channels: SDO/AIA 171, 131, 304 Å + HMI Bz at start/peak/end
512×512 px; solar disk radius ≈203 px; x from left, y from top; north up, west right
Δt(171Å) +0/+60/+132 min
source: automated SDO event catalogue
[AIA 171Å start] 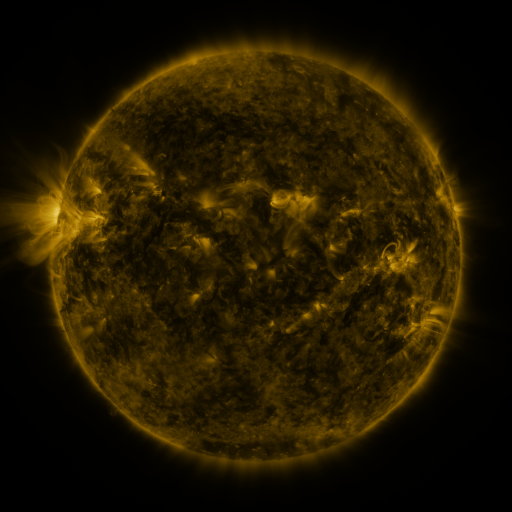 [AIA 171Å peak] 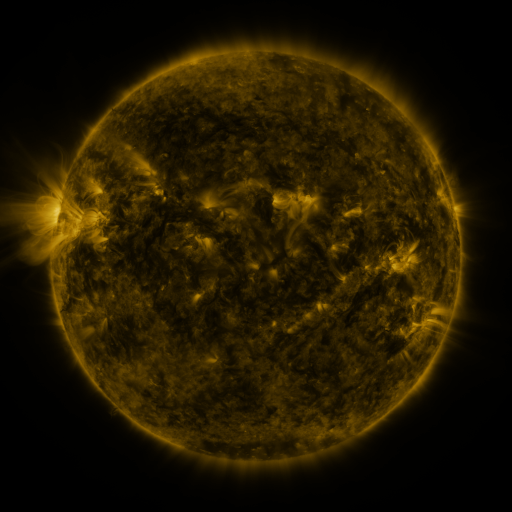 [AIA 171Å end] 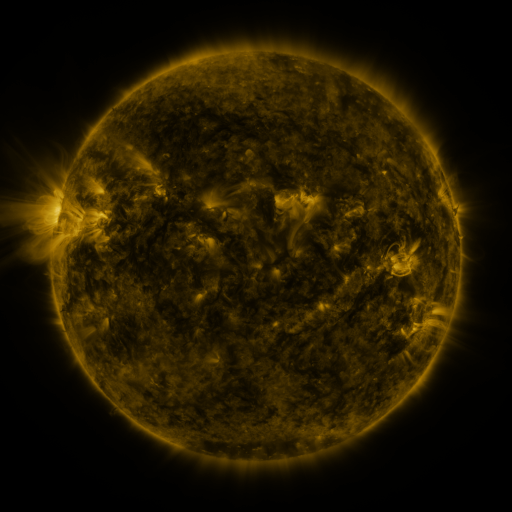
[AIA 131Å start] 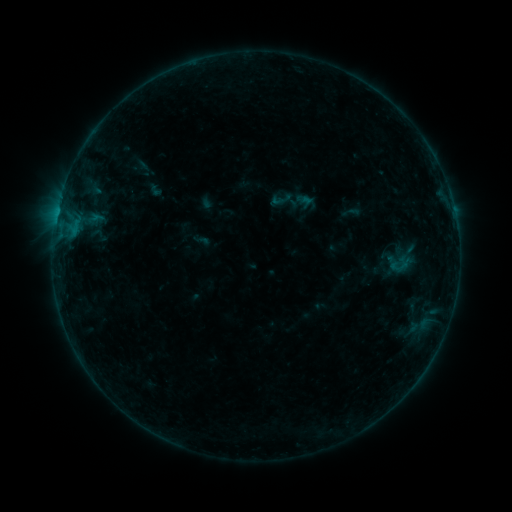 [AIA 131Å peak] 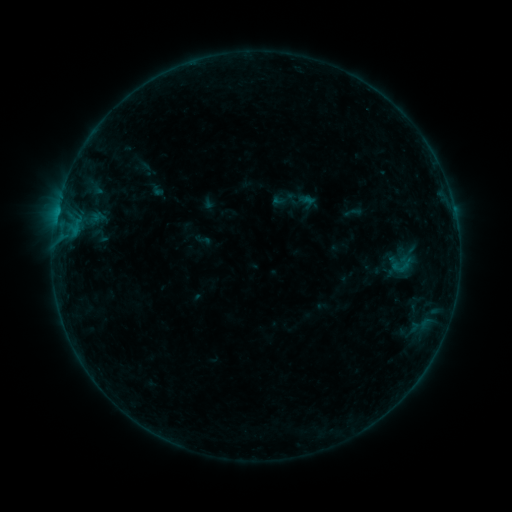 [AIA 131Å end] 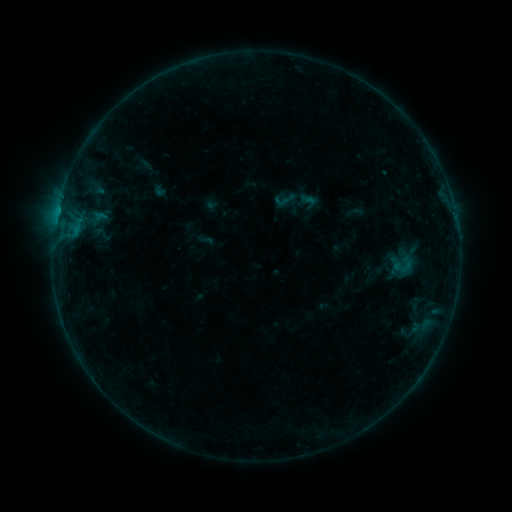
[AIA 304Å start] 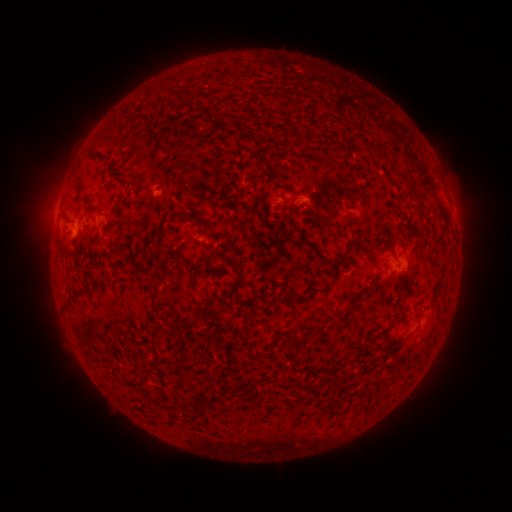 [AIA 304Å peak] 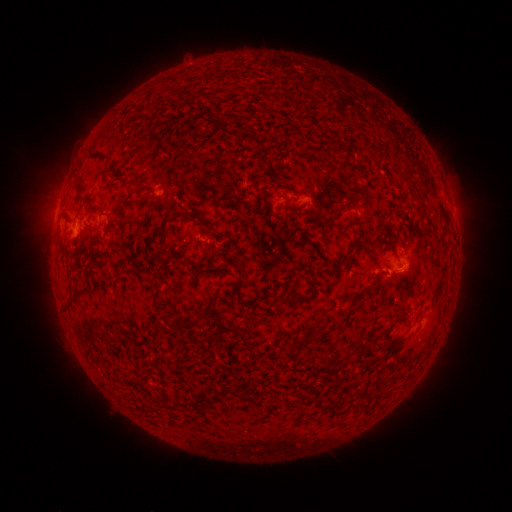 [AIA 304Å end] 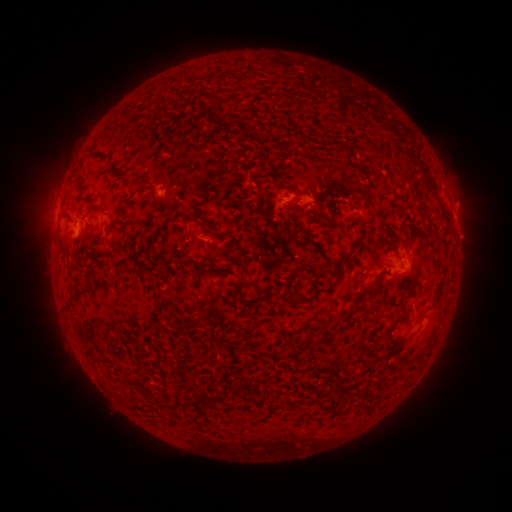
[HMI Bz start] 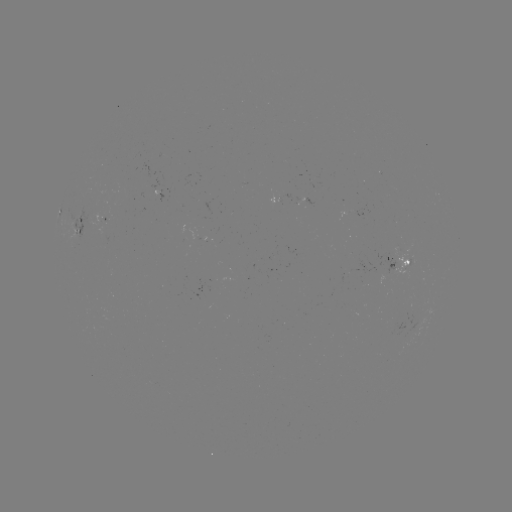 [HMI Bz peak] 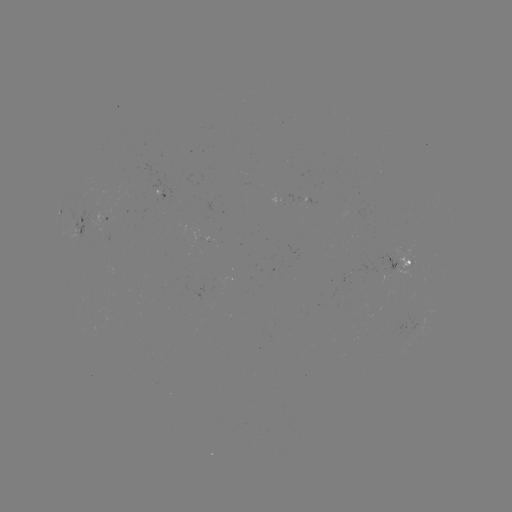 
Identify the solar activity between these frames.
emerging-flux region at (110, 217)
